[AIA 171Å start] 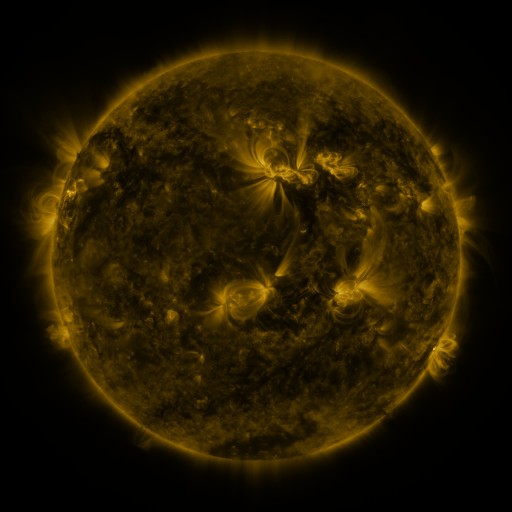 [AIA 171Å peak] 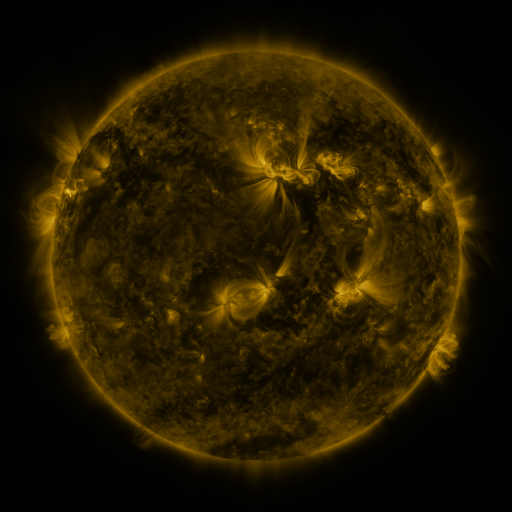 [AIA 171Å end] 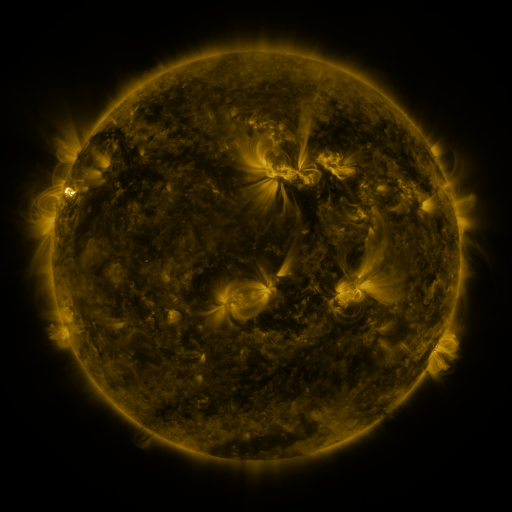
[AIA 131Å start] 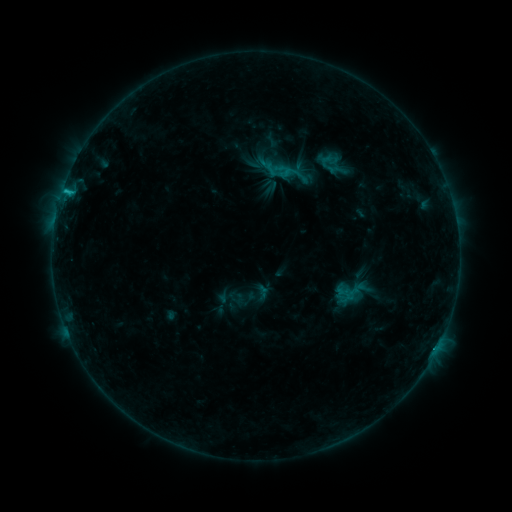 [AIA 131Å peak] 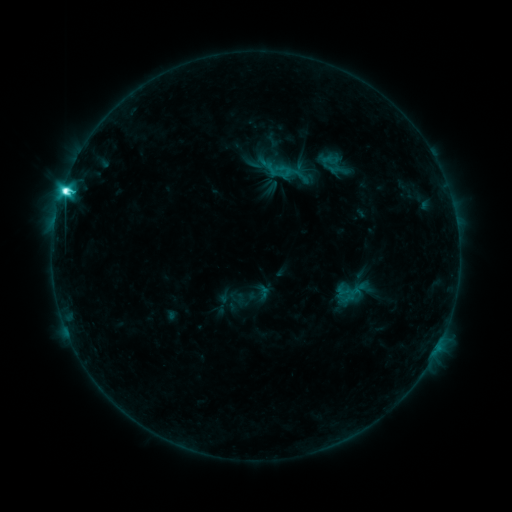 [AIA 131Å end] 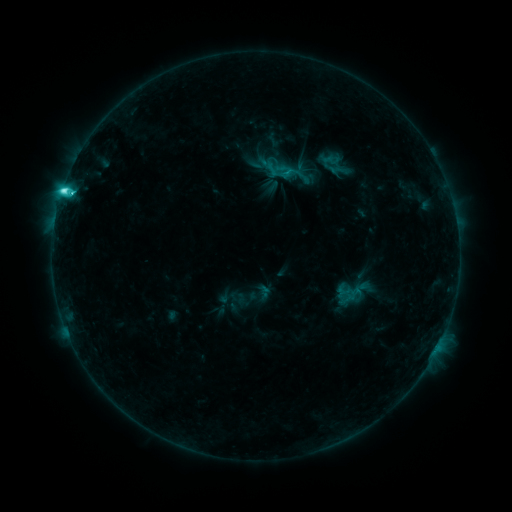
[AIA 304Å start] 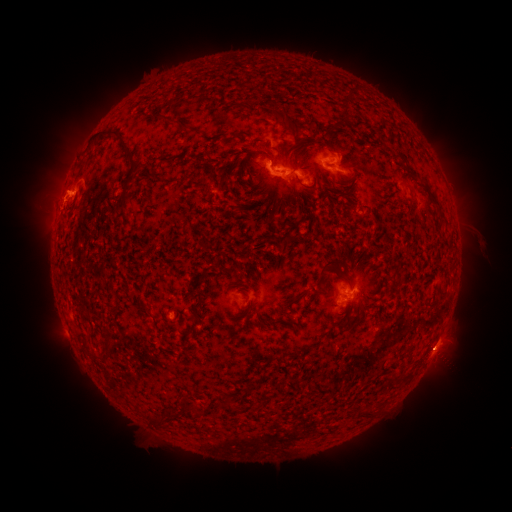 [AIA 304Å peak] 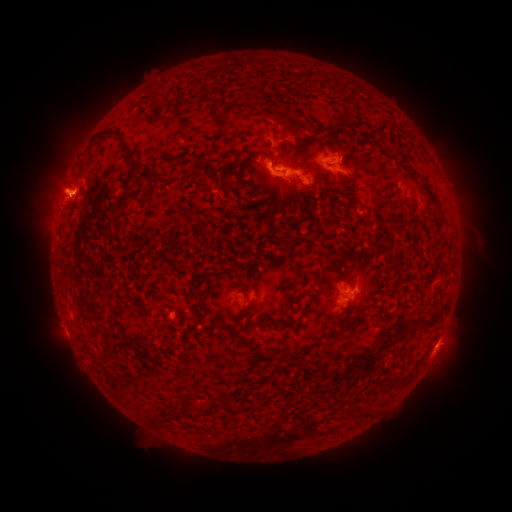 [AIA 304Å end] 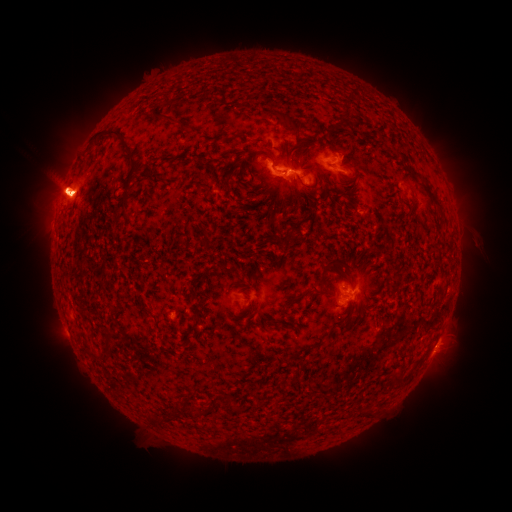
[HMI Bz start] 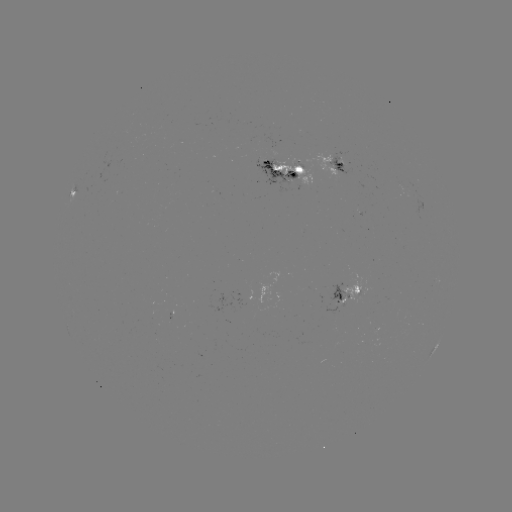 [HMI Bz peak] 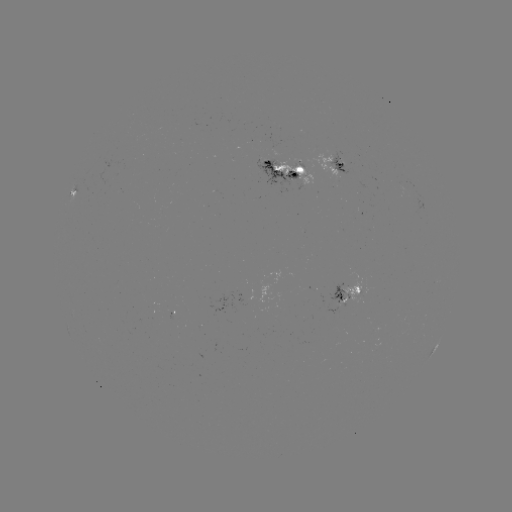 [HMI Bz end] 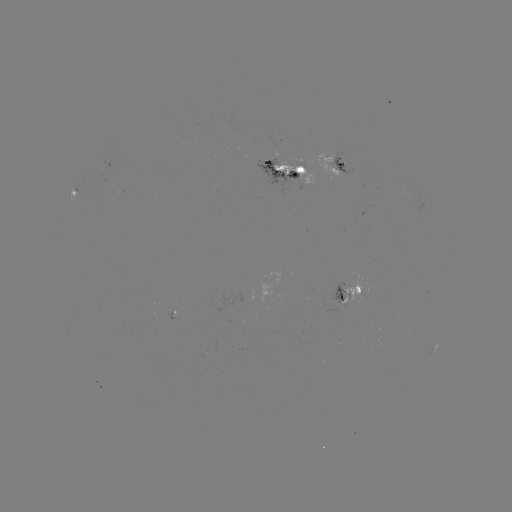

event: flare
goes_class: C9.7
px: (65, 192)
